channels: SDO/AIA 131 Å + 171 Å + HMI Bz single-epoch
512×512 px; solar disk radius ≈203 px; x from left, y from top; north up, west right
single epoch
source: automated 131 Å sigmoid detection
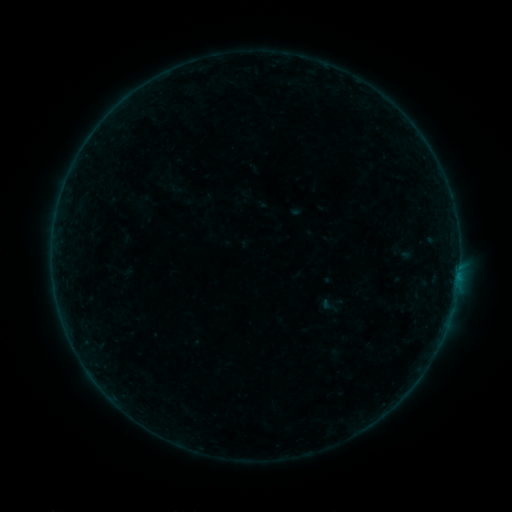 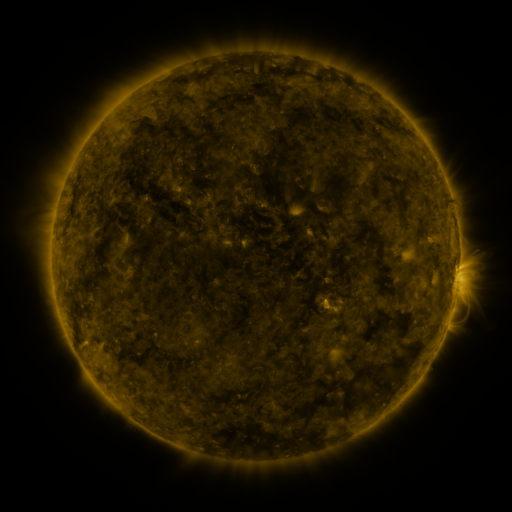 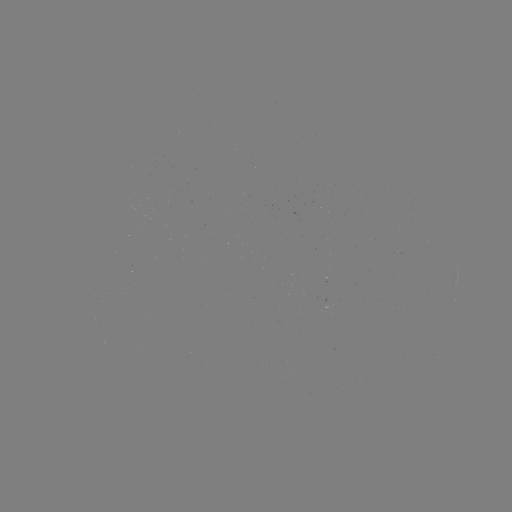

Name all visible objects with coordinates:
sigmoid: [319, 296, 338, 315]
